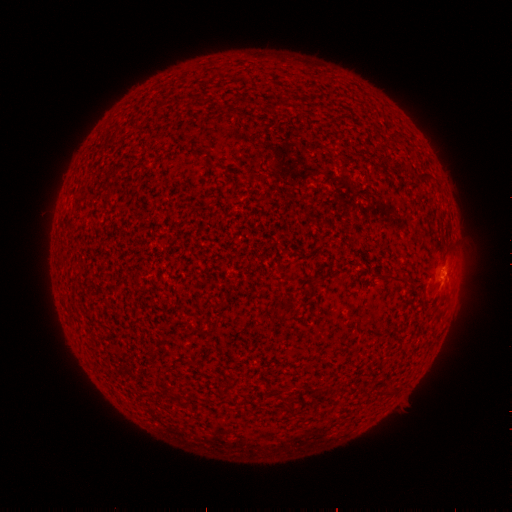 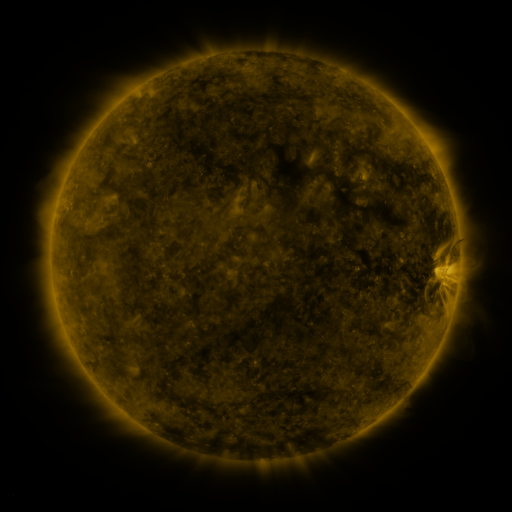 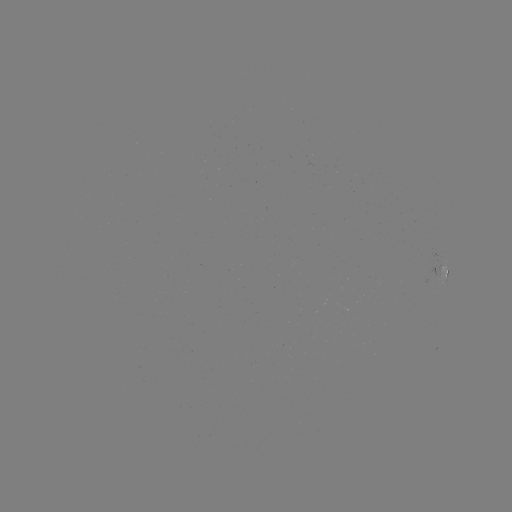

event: spotted active region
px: (442, 275)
